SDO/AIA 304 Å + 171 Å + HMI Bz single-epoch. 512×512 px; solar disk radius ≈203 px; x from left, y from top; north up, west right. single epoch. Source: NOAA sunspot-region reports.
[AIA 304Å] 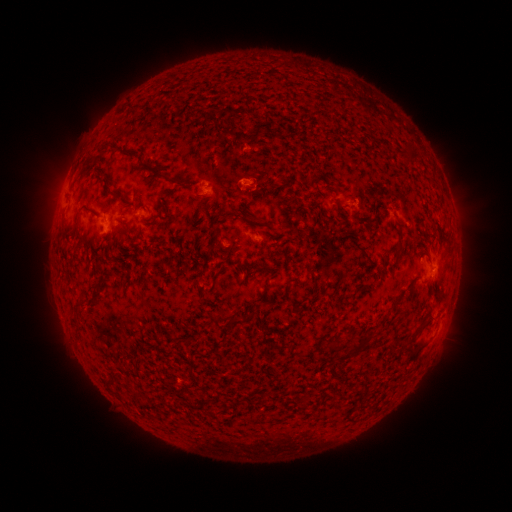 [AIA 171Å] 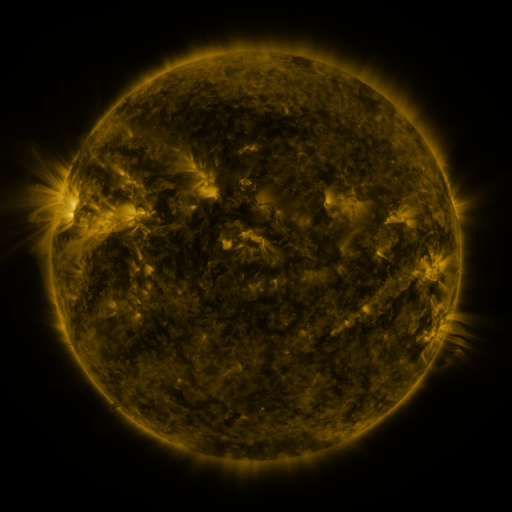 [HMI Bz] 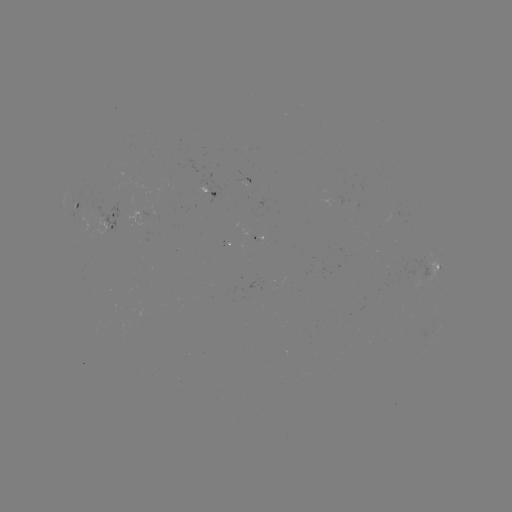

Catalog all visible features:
spotted active region: (211, 189)
spotted active region: (77, 206)
spotted active region: (117, 219)
spotted active region: (431, 267)
